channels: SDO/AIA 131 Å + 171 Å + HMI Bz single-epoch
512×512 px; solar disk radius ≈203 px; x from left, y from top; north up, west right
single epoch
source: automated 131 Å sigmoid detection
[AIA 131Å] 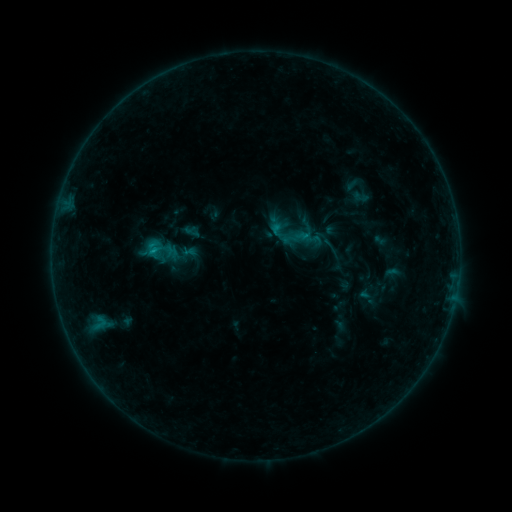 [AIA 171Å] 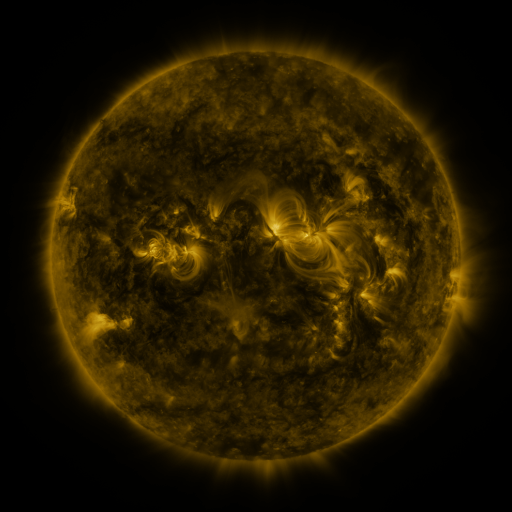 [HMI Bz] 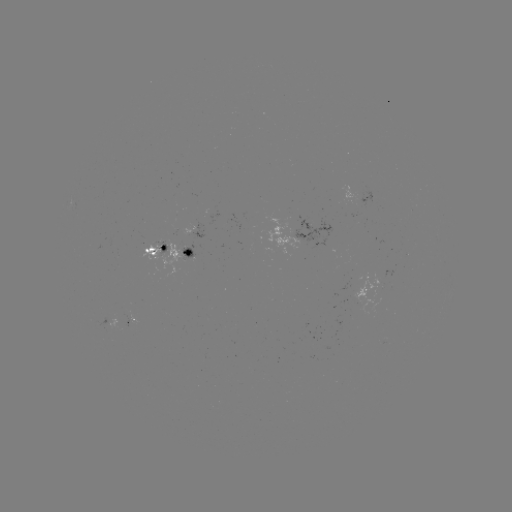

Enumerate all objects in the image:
sigmoid: (159, 248)
